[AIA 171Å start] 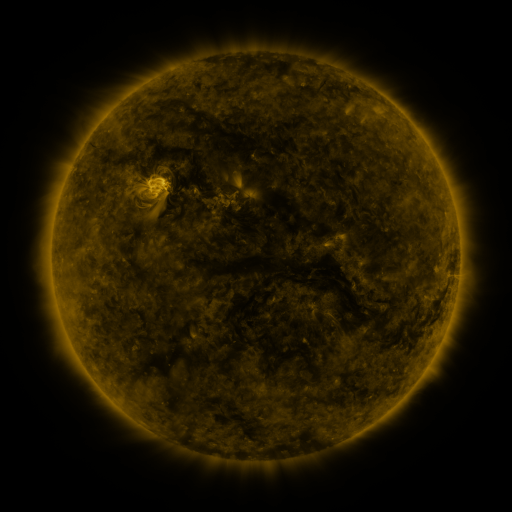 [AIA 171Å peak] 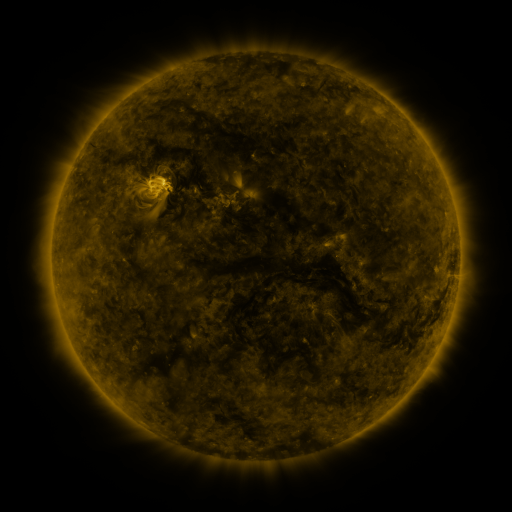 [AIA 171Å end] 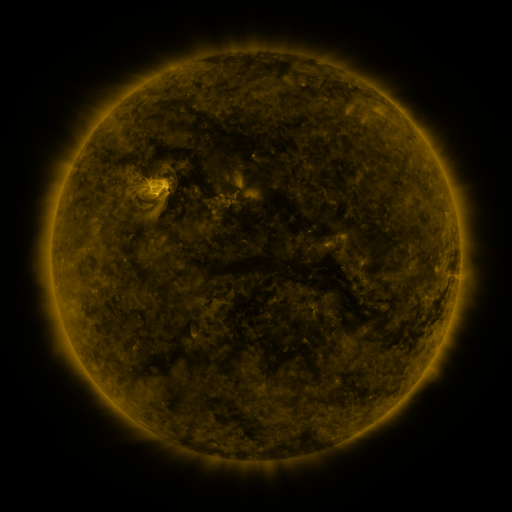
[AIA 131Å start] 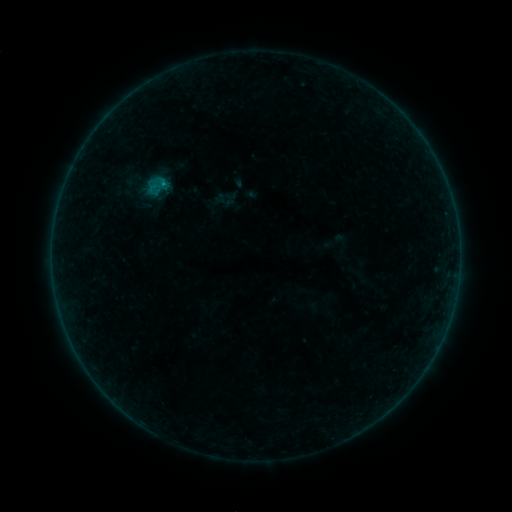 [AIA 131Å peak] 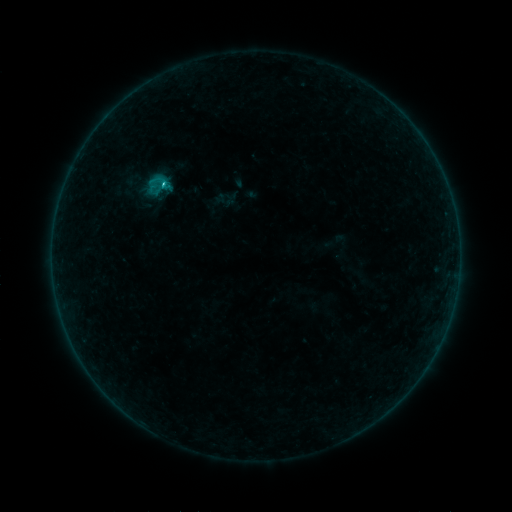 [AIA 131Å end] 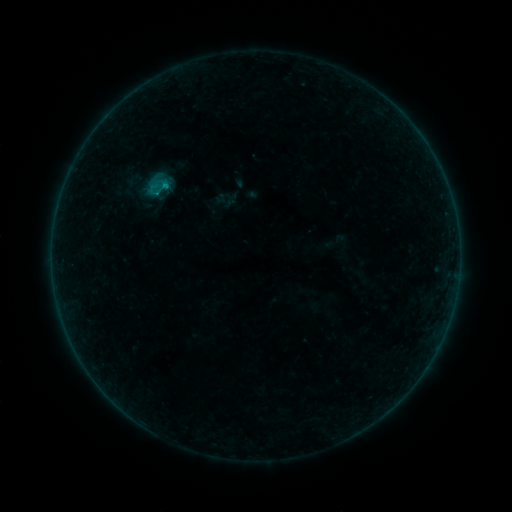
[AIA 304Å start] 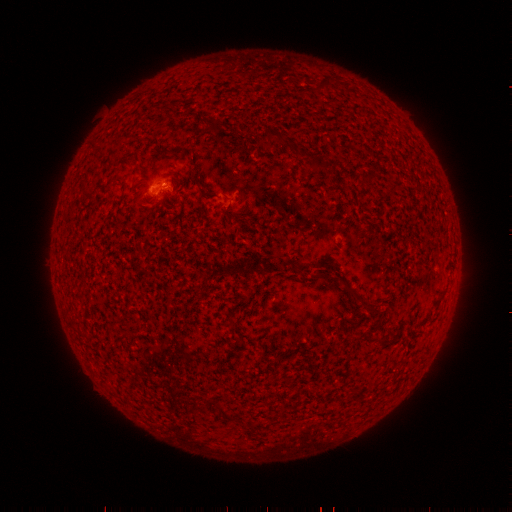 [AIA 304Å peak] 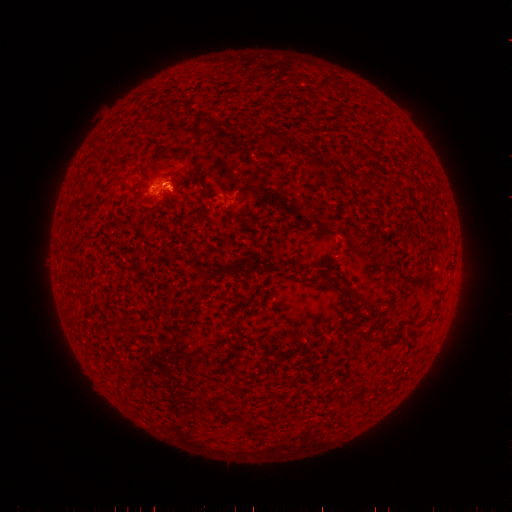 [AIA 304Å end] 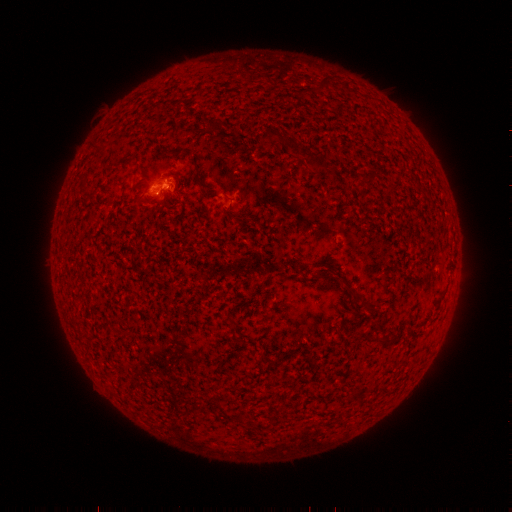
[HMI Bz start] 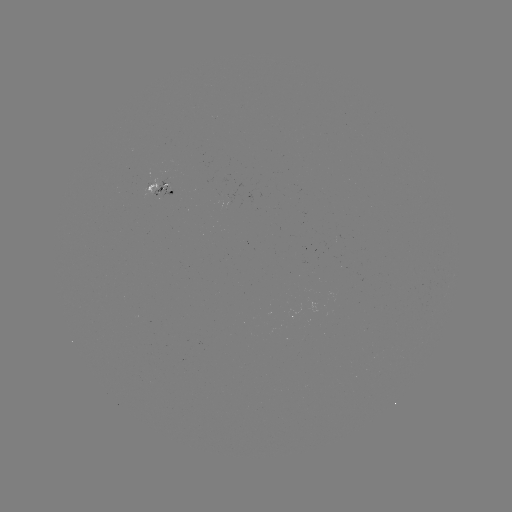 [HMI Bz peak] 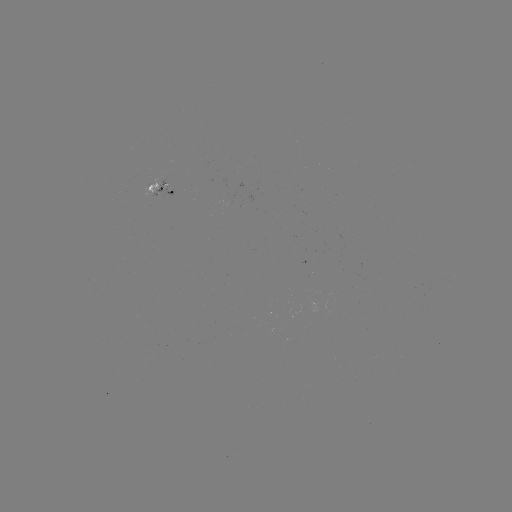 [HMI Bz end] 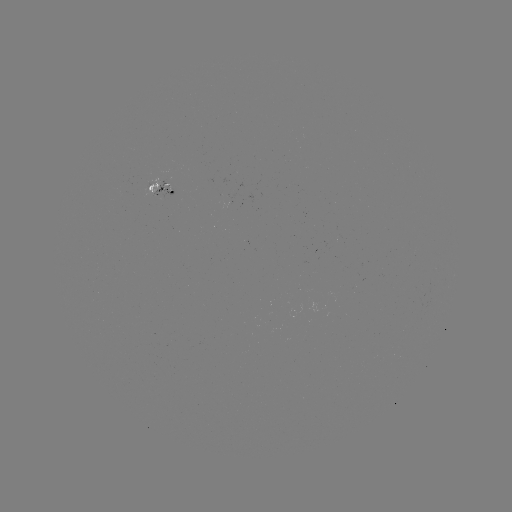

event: flare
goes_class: B7.2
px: (164, 187)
